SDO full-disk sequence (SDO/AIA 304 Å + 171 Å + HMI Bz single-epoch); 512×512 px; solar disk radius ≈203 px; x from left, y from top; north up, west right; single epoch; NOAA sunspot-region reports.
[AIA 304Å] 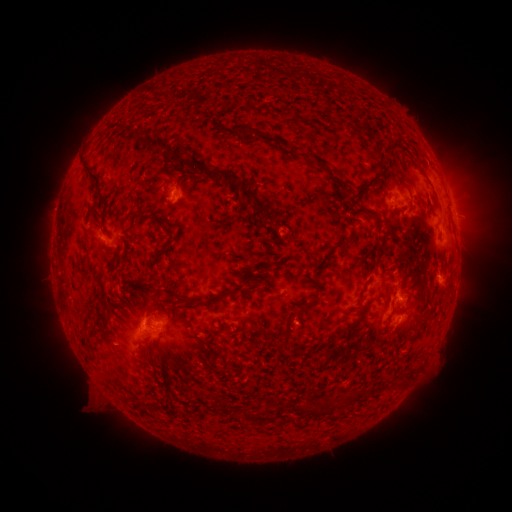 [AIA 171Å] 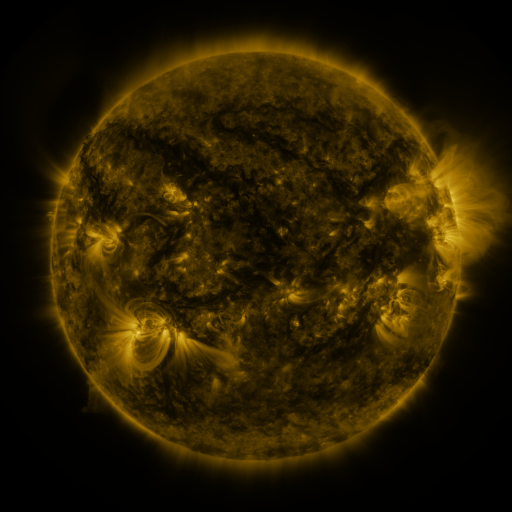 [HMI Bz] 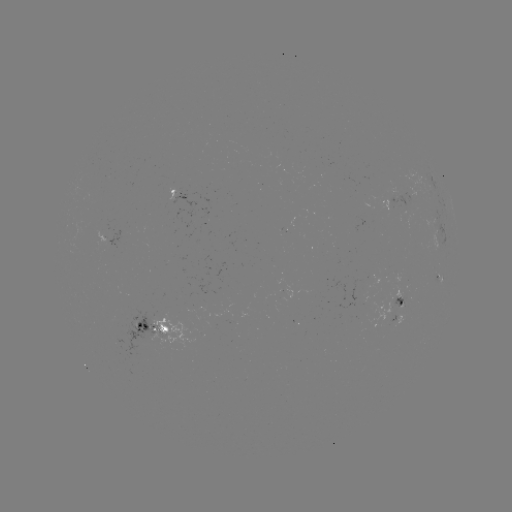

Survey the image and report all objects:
spotted active region: (180, 195)
spotted active region: (394, 202)
spotted active region: (452, 203)
spotted active region: (436, 232)
spotted active region: (439, 278)
spotted active region: (399, 310)
spotted active region: (148, 328)
